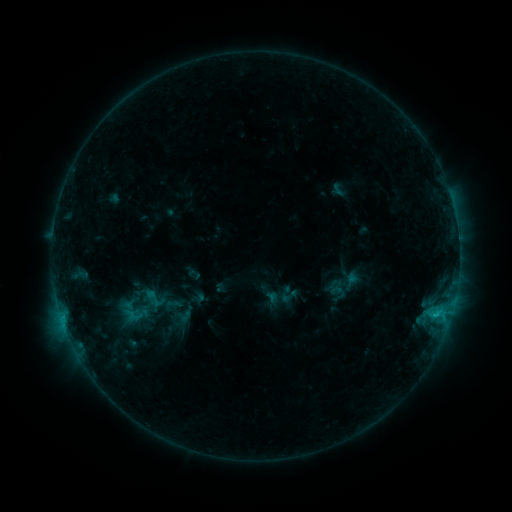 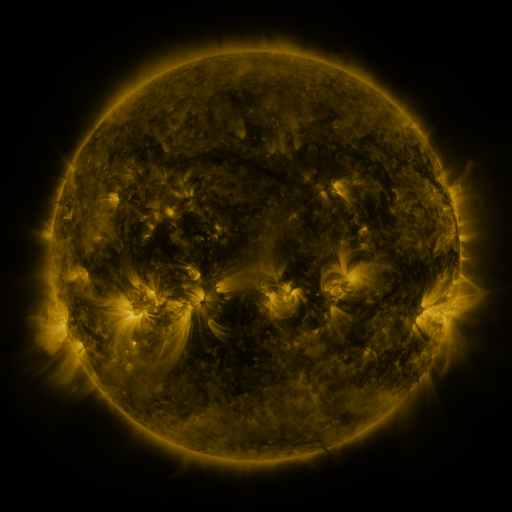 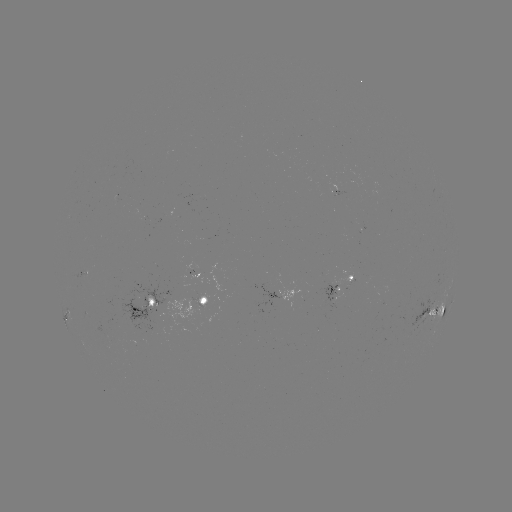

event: sigmoid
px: (154, 299)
